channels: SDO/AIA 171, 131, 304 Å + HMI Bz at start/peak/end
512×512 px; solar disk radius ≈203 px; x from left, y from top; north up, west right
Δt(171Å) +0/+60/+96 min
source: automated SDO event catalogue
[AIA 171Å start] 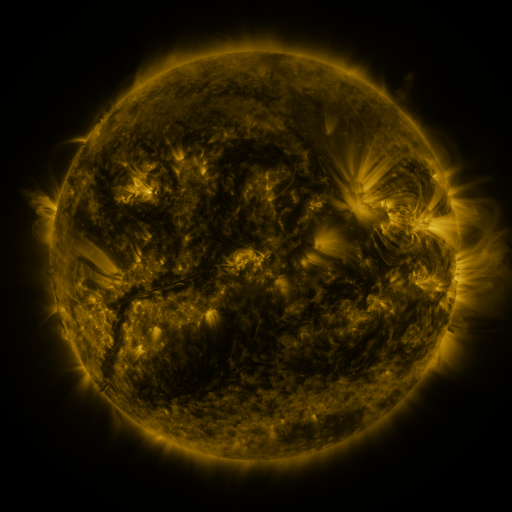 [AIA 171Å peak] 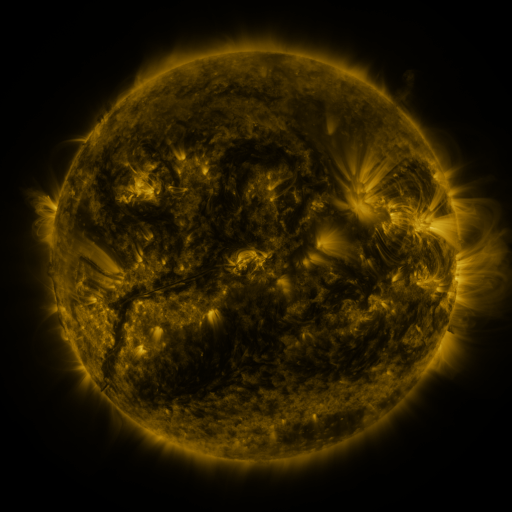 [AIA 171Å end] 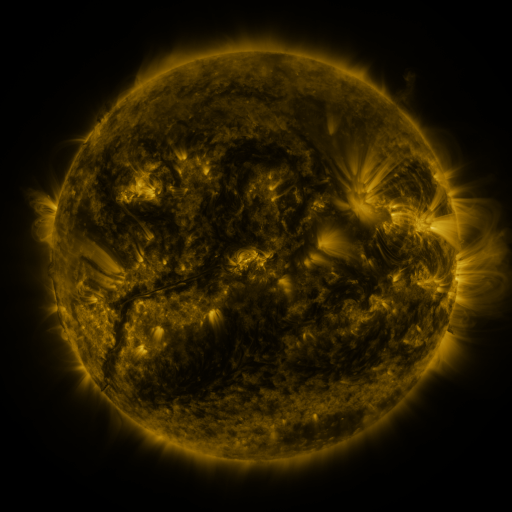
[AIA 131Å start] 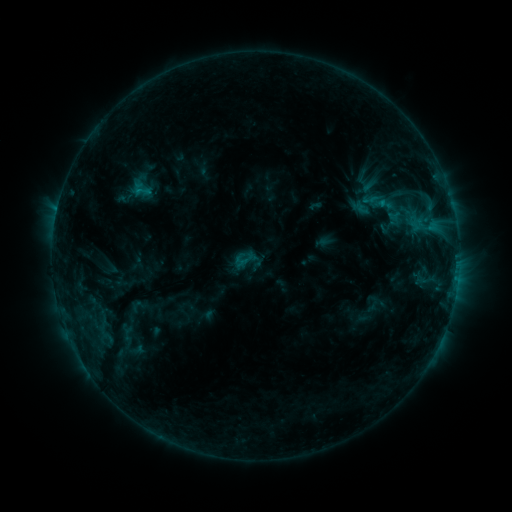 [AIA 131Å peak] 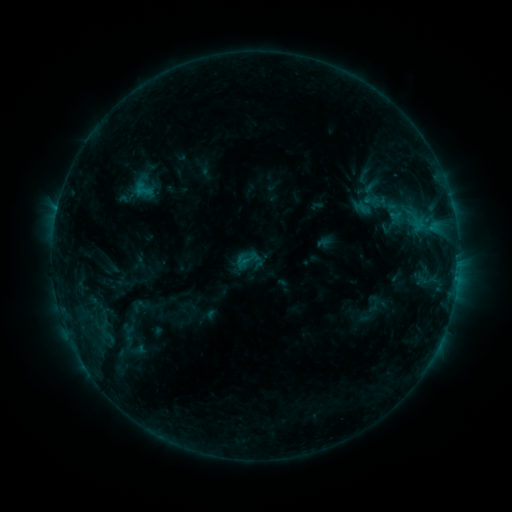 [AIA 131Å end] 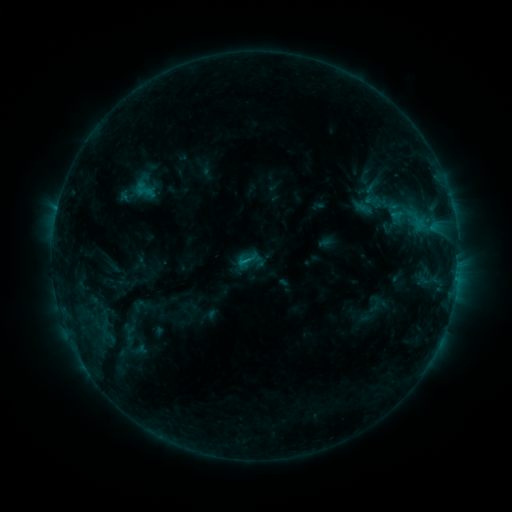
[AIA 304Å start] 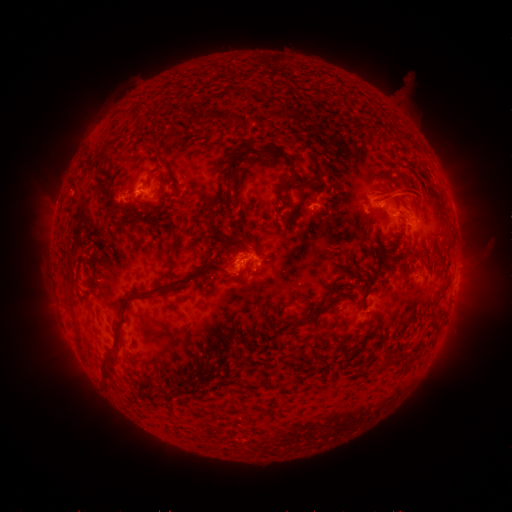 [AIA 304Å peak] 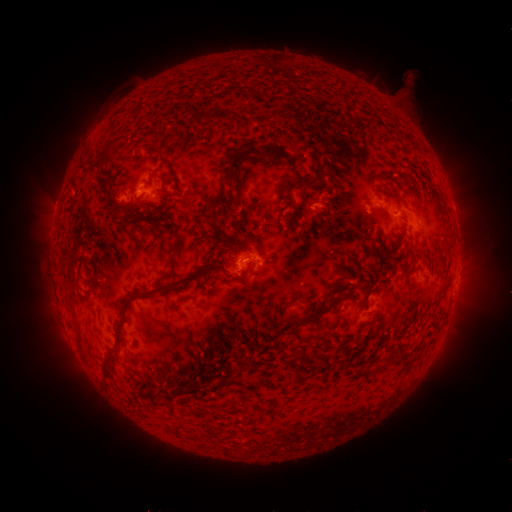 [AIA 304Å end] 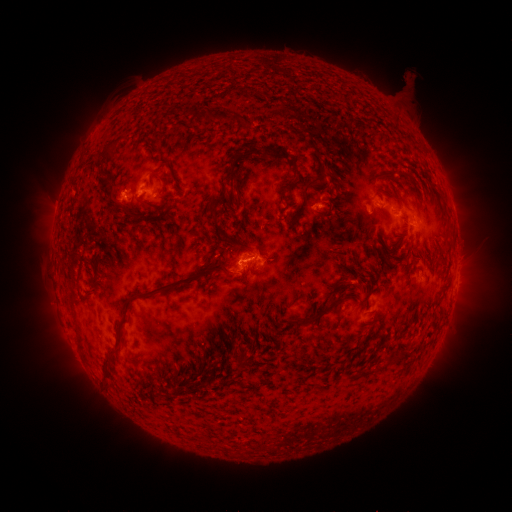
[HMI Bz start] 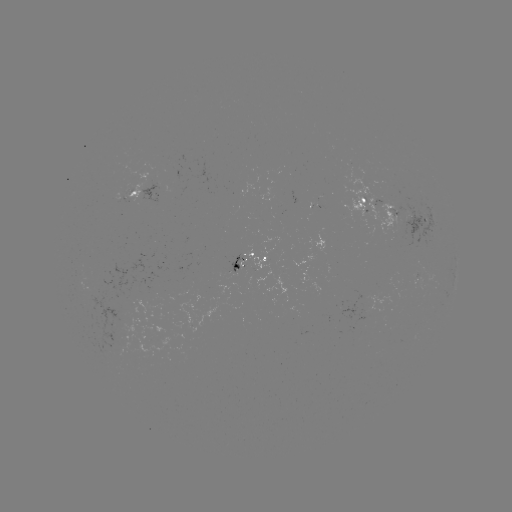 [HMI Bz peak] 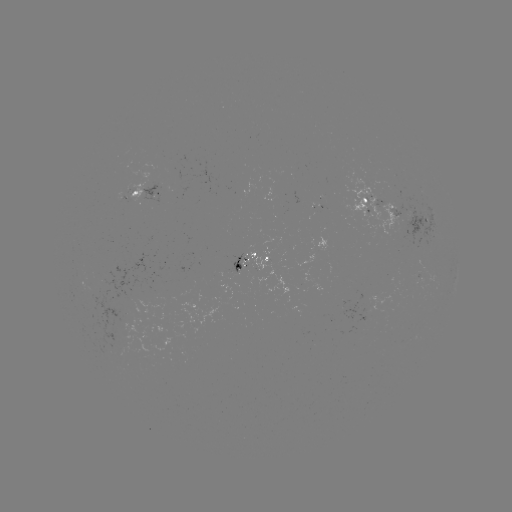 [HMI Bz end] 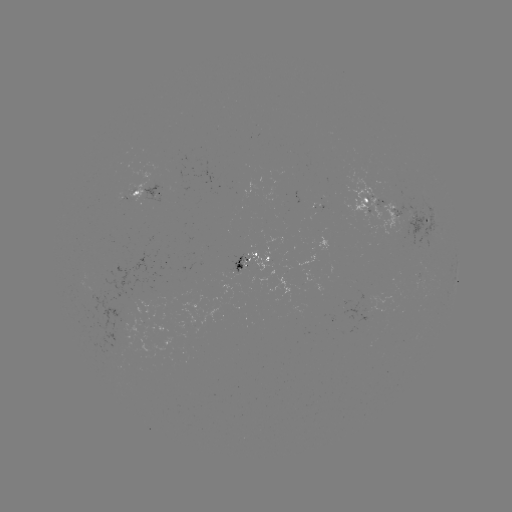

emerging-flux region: [417, 273, 423, 290]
